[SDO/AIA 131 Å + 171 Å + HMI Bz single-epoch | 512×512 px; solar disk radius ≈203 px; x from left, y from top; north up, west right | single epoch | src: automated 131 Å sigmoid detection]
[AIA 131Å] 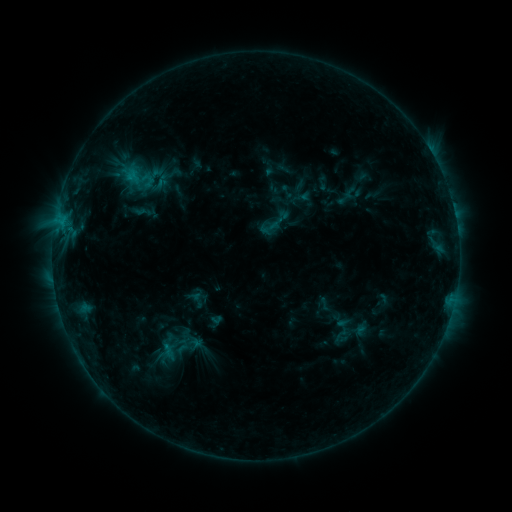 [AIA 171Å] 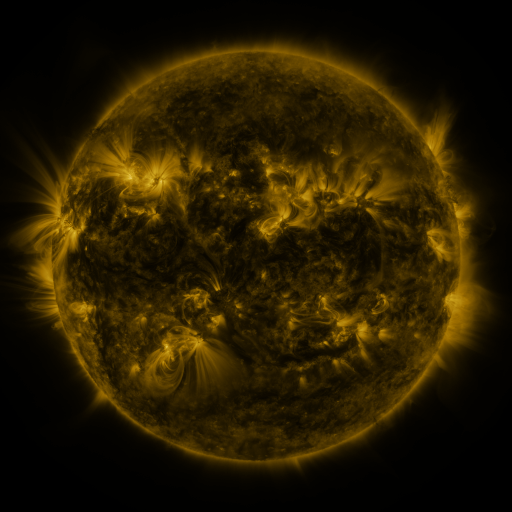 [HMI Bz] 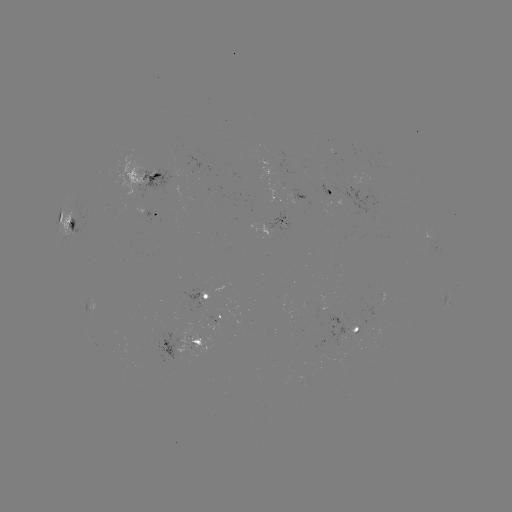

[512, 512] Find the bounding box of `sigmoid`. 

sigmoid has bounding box [118, 157, 159, 197].